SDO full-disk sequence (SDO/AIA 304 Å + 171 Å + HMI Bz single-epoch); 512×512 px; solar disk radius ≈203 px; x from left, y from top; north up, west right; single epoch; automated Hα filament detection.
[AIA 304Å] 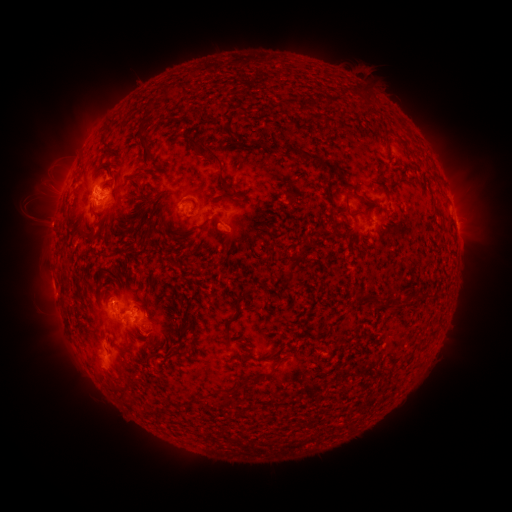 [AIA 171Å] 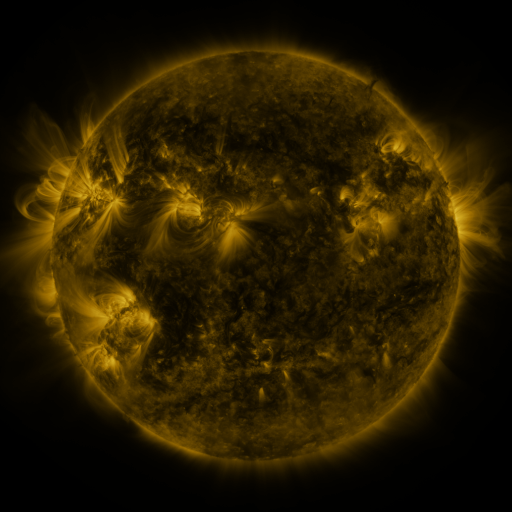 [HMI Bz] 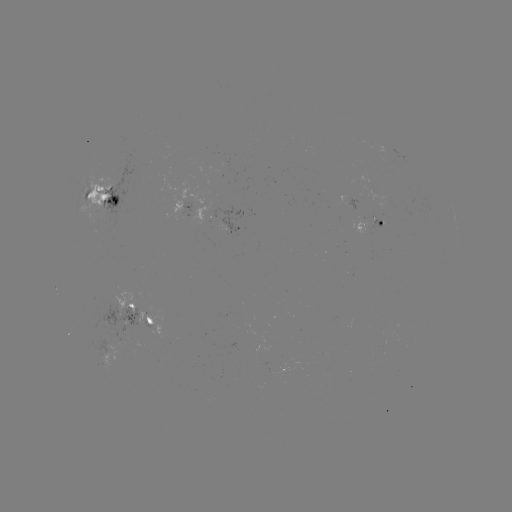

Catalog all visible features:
filament: <bbox>328, 96, 337, 107</bbox>
filament: <bbox>189, 139, 227, 190</bbox>
filament: <bbox>283, 147, 321, 164</bbox>
filament: <bbox>321, 161, 332, 169</bbox>
filament: <bbox>326, 179, 332, 191</bbox>
filament: <bbox>84, 190, 95, 200</bbox>
filament: <bbox>343, 194, 365, 218</bbox>
filament: <bbox>235, 293, 246, 305</bbox>
filament: <bbox>355, 293, 385, 310</bbox>
